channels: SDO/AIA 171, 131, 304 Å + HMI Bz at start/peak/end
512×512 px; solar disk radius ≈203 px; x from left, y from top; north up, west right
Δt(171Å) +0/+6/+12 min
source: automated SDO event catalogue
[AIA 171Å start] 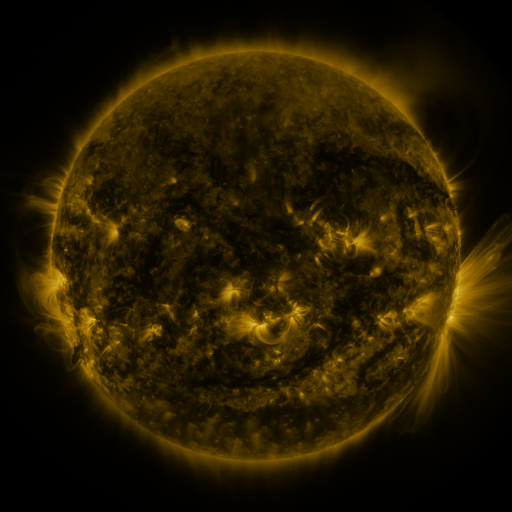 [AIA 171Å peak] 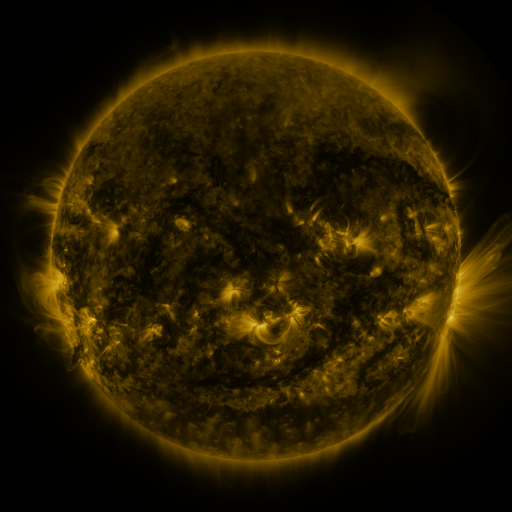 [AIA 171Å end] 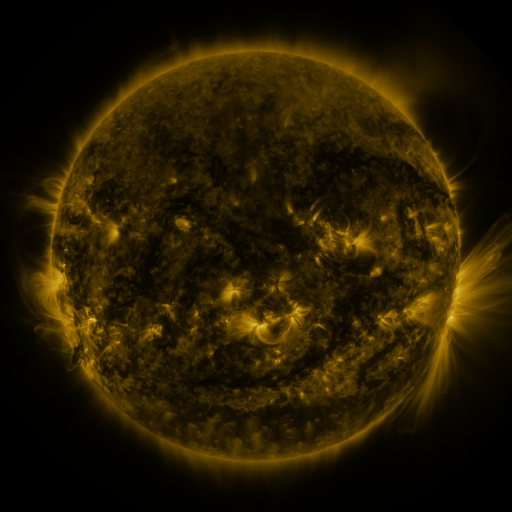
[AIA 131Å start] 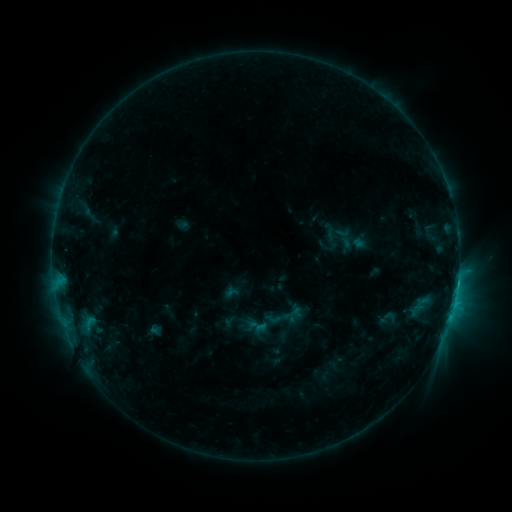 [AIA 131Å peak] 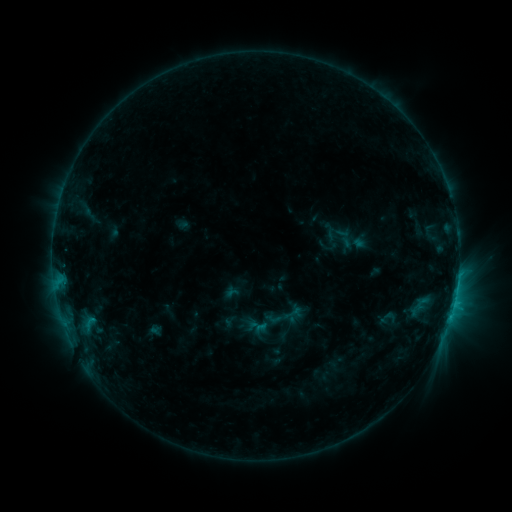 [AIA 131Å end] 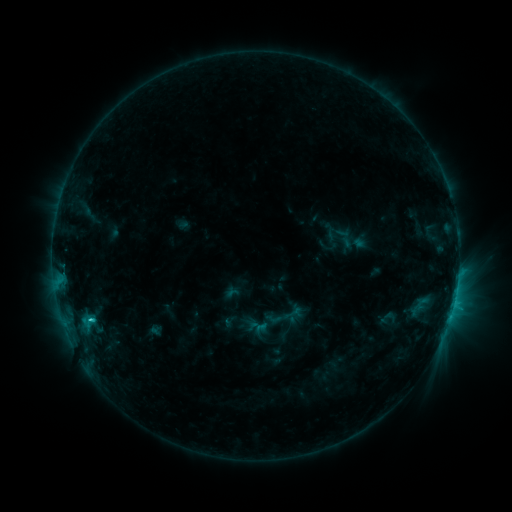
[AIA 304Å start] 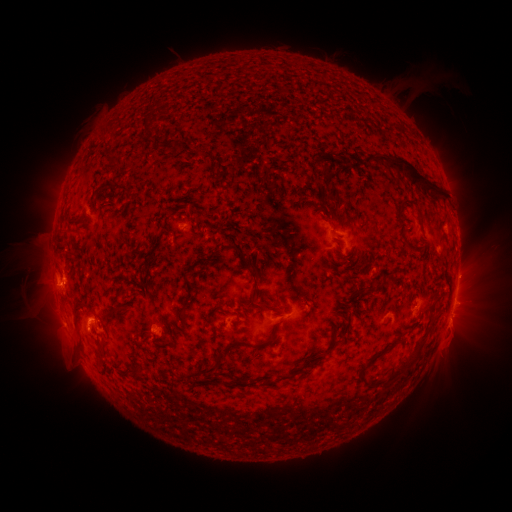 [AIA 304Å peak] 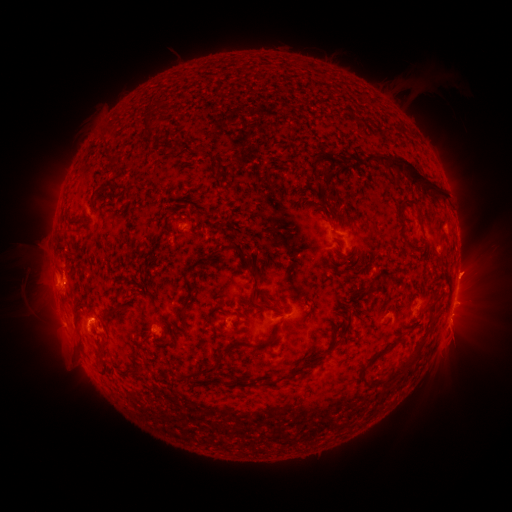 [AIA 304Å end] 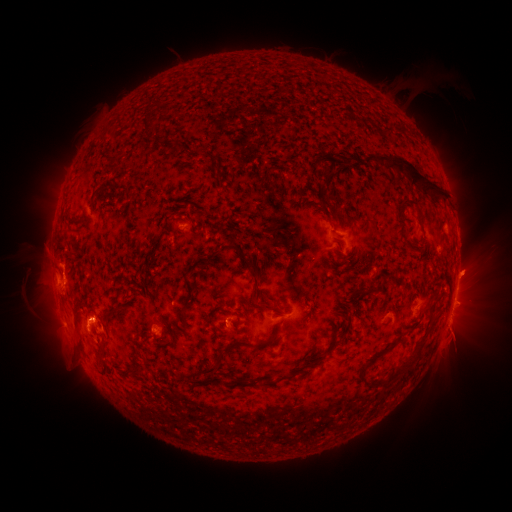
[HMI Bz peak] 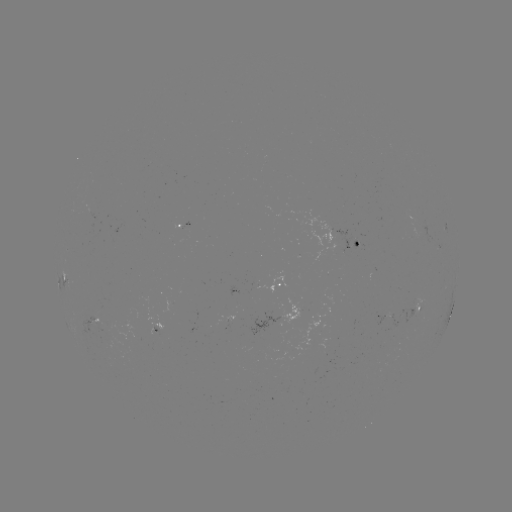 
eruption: (431, 309, 481, 356)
